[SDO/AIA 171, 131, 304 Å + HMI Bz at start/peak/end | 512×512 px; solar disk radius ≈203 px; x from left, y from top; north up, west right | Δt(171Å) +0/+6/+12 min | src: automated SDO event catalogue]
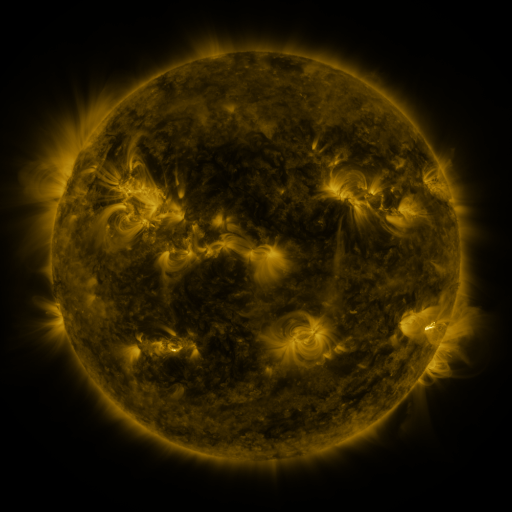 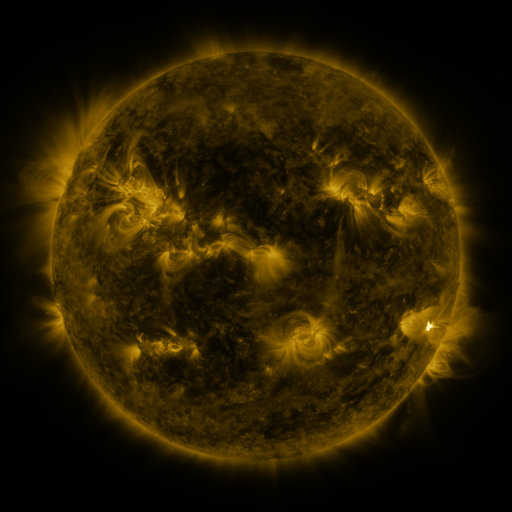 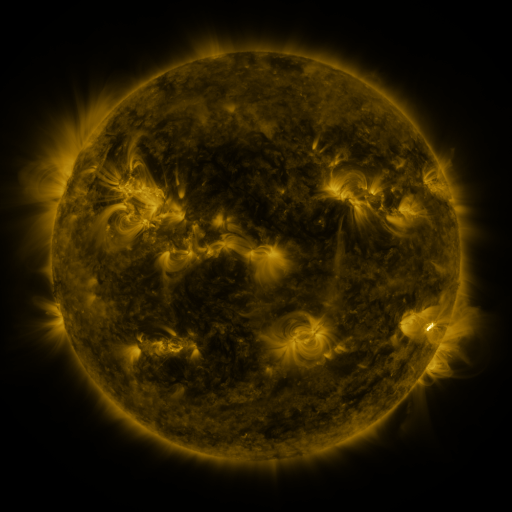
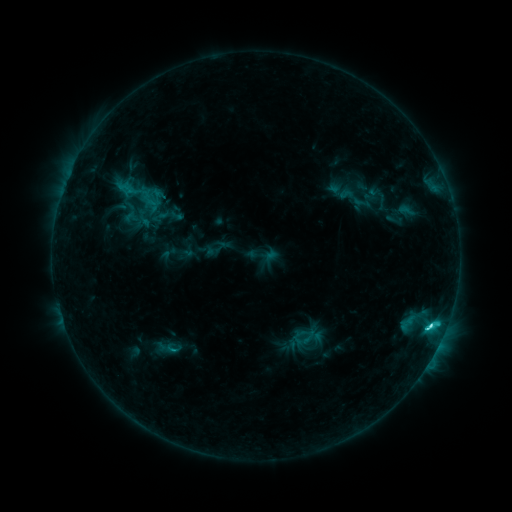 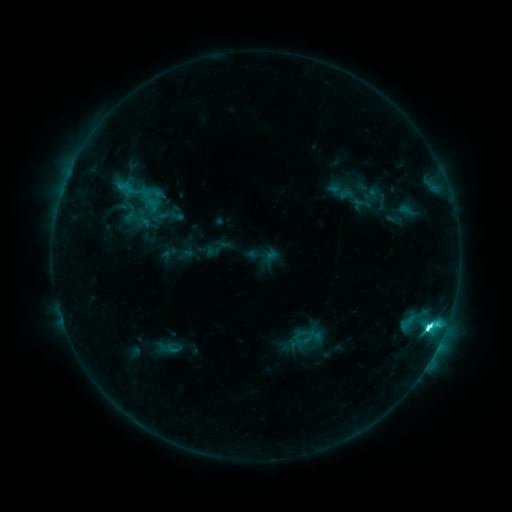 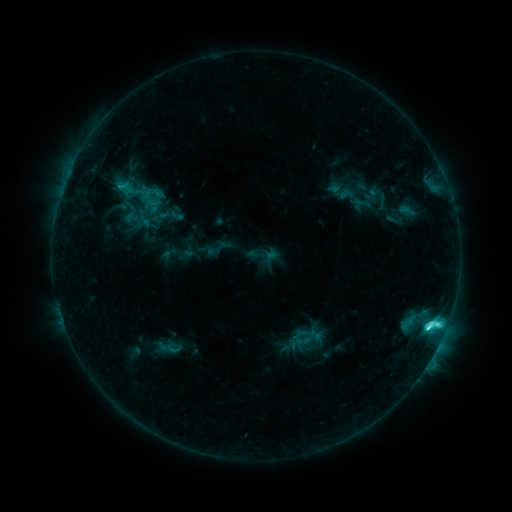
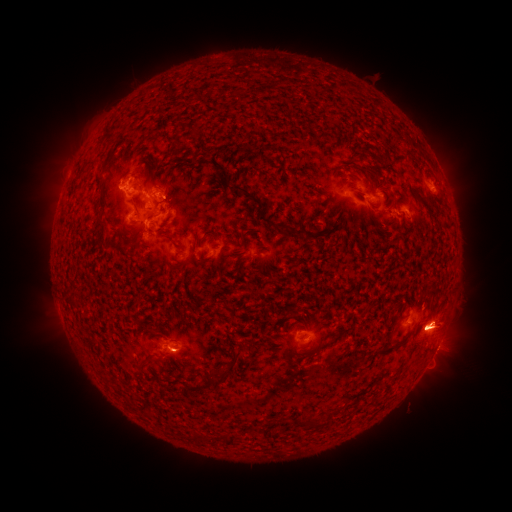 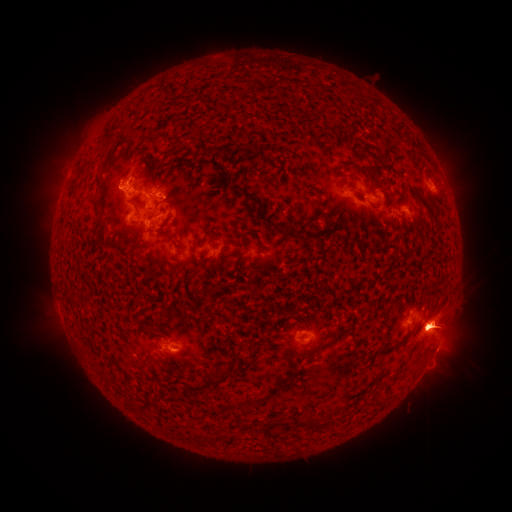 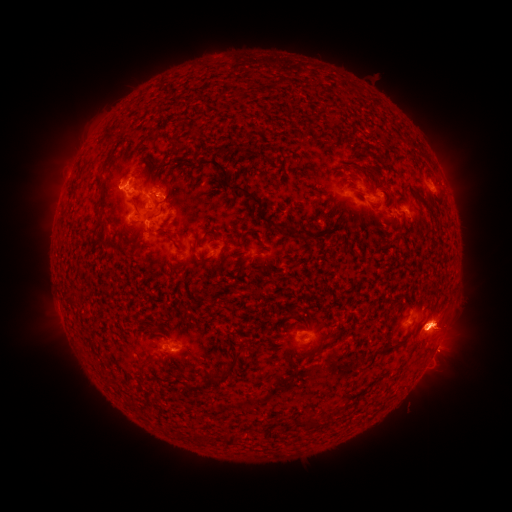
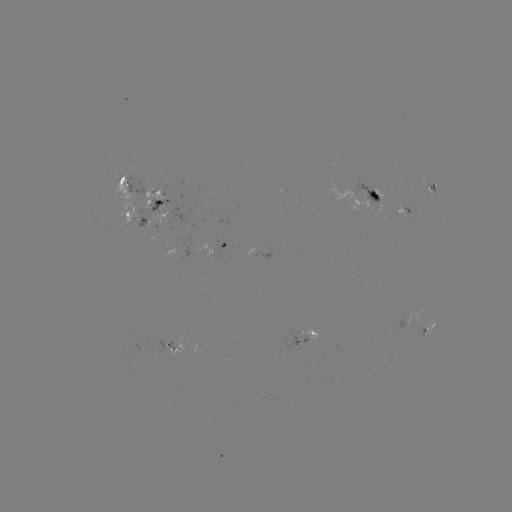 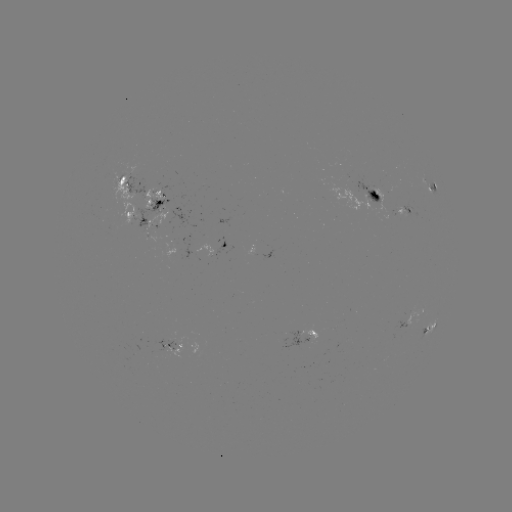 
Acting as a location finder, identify eruption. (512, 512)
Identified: [448, 171].